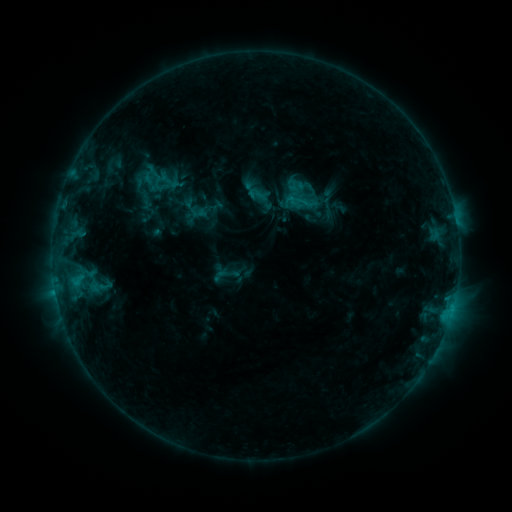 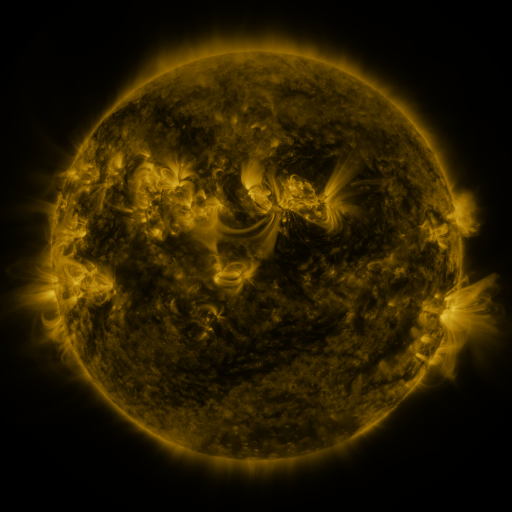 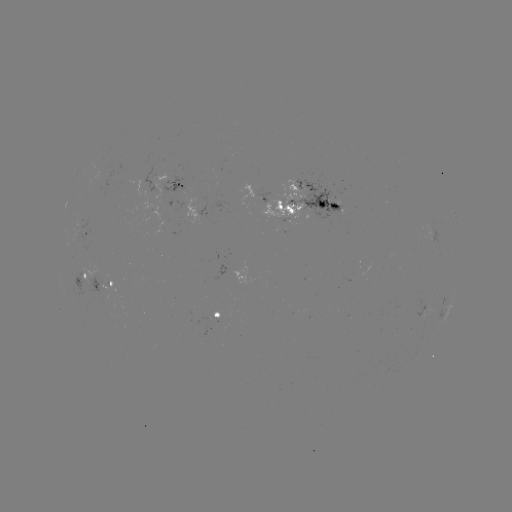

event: sigmoid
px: (299, 201)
